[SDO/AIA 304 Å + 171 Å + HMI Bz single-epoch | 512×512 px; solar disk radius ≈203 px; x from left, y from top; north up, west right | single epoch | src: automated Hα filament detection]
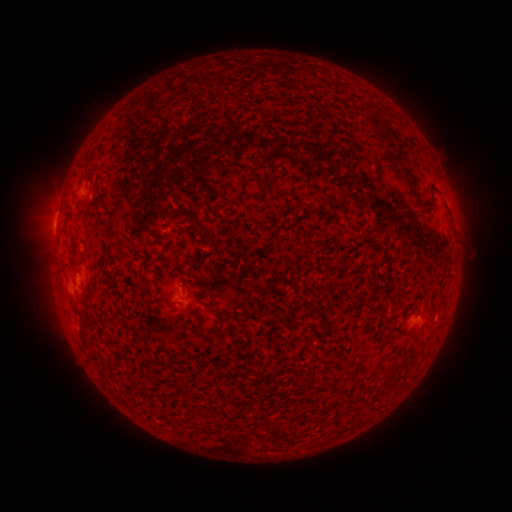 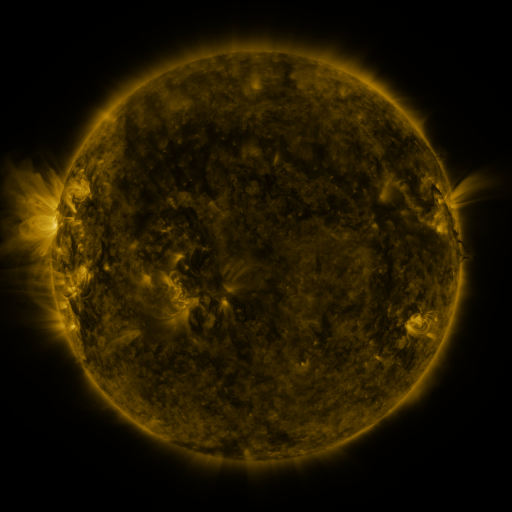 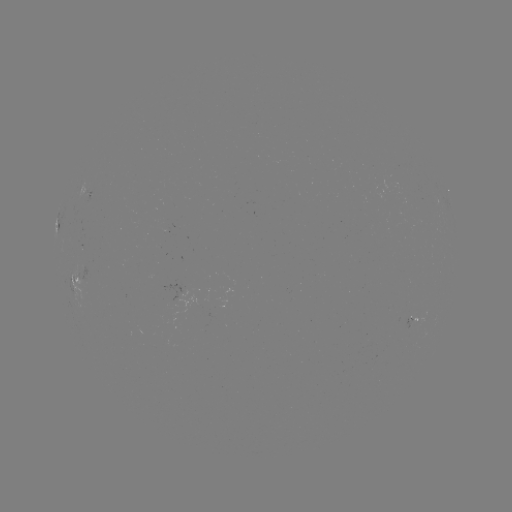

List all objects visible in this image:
filament: (372, 123)
filament: (379, 138)
filament: (407, 174)
filament: (345, 218)
filament: (195, 223)
filament: (78, 258)
filament: (397, 363)
filament: (276, 426)
